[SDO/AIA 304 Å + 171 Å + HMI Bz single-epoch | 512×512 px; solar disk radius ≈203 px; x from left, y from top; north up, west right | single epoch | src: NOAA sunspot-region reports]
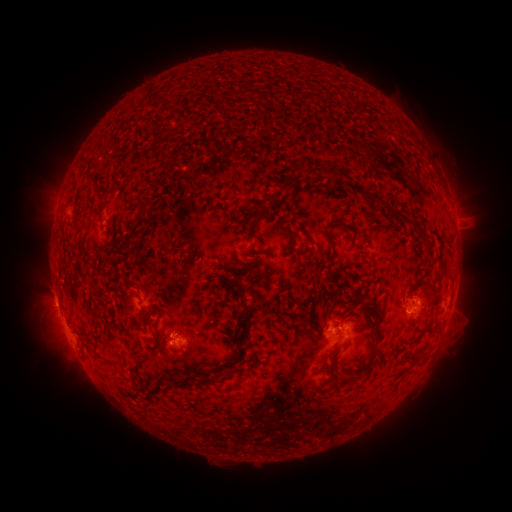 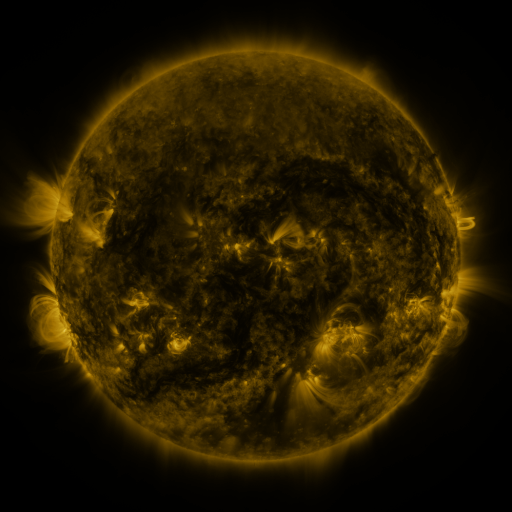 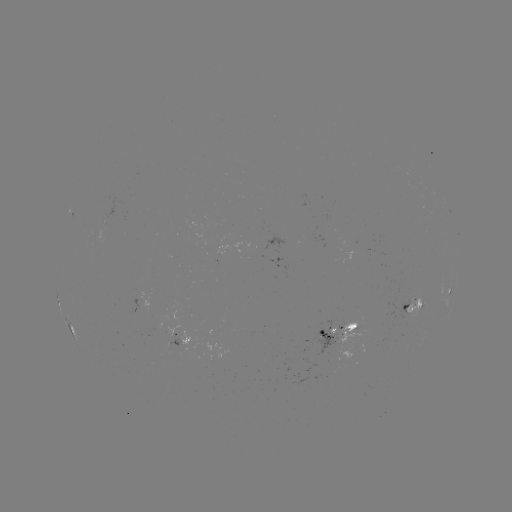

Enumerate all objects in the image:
spotted active region: (450, 287)
spotted active region: (454, 300)
spotted active region: (414, 306)
spotted active region: (342, 330)
spotted active region: (71, 331)
spotted active region: (183, 344)
